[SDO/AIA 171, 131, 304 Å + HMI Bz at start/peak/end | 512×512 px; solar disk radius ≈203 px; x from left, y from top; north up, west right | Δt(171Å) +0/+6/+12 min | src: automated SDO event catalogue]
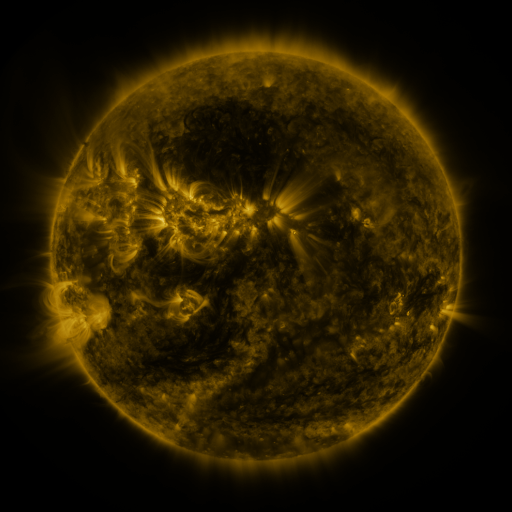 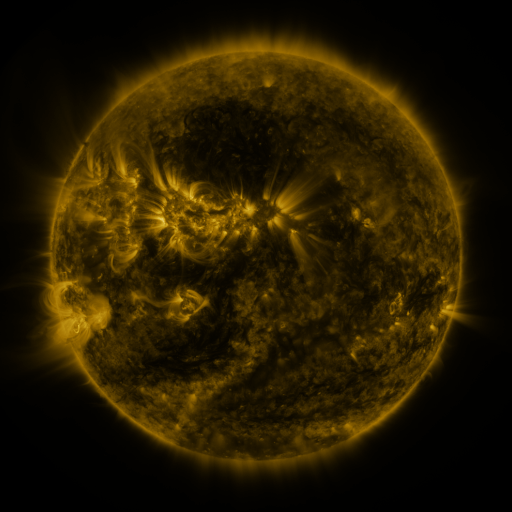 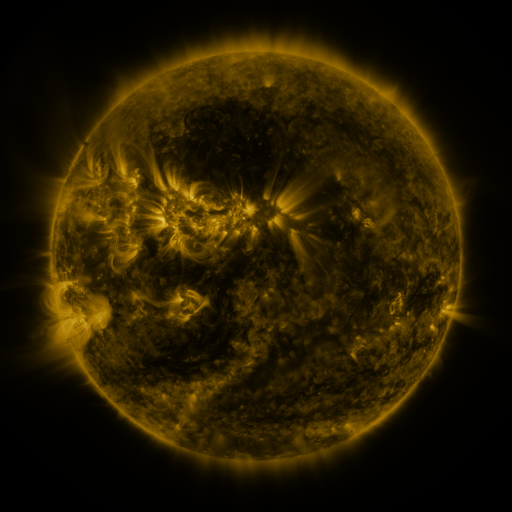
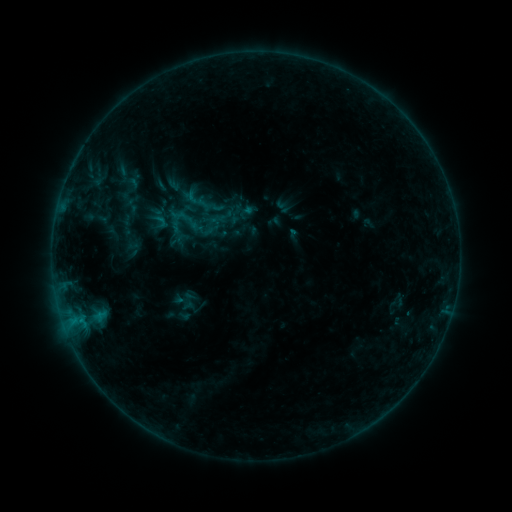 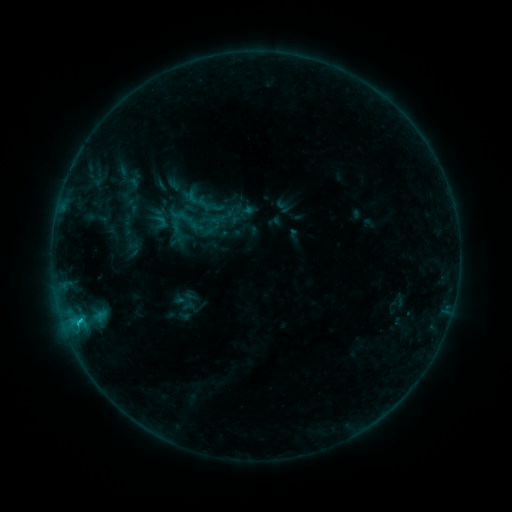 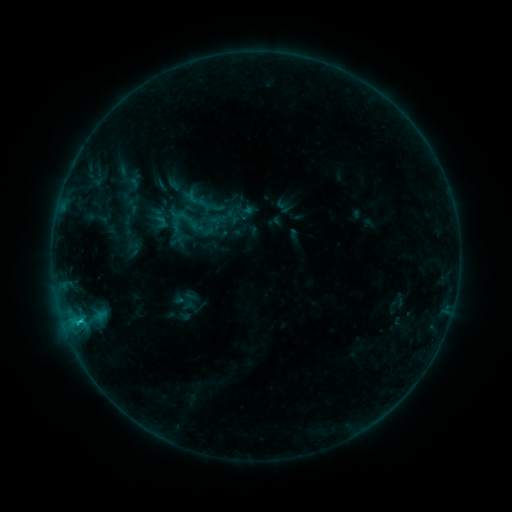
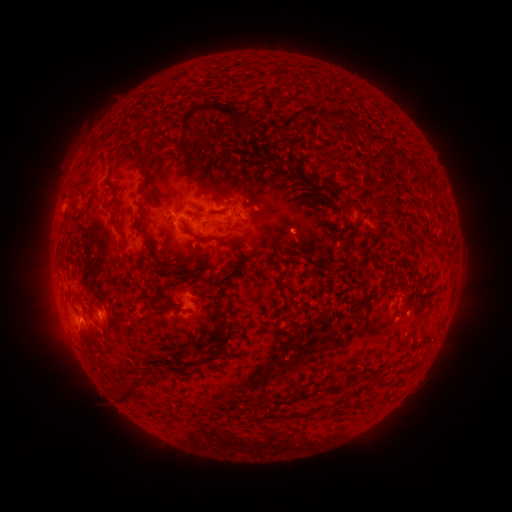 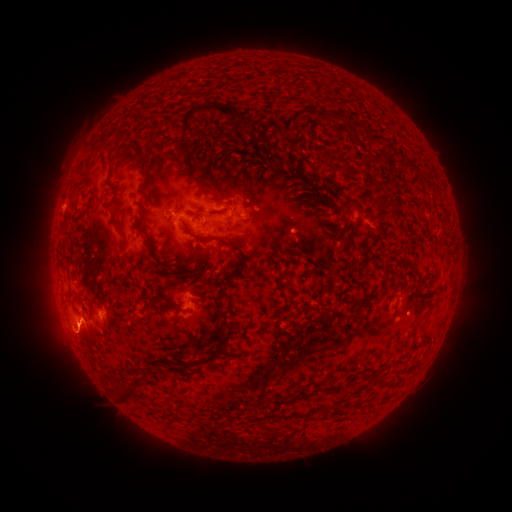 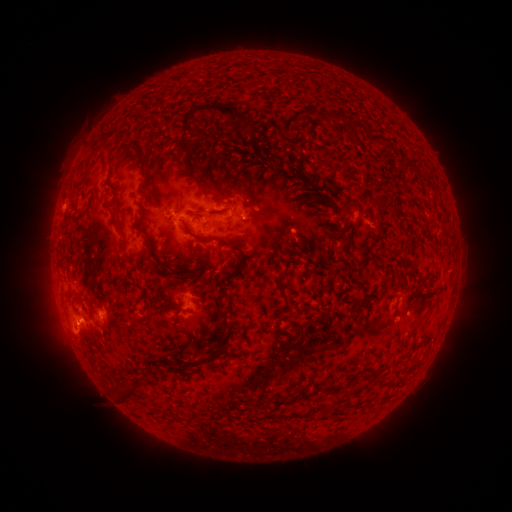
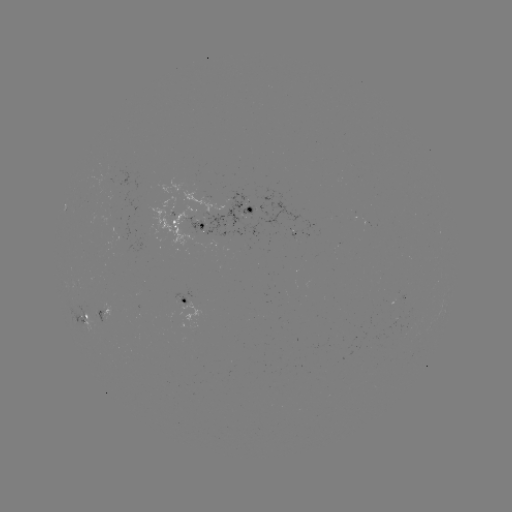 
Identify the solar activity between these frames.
B8.0 flare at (78, 319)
